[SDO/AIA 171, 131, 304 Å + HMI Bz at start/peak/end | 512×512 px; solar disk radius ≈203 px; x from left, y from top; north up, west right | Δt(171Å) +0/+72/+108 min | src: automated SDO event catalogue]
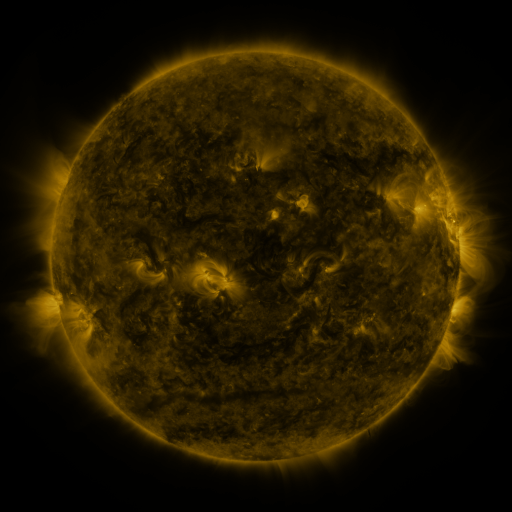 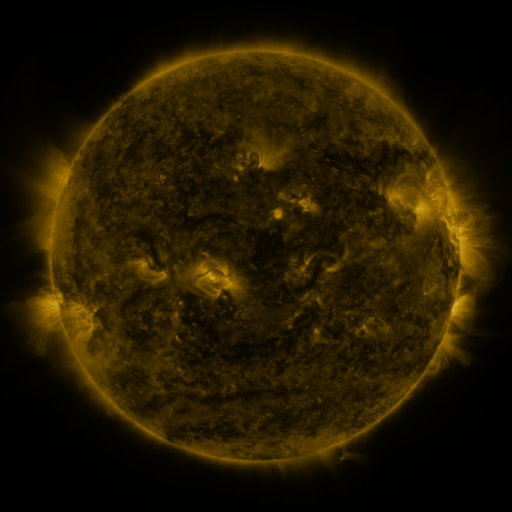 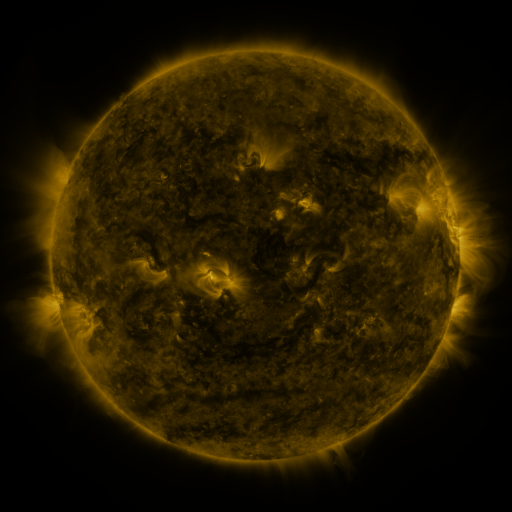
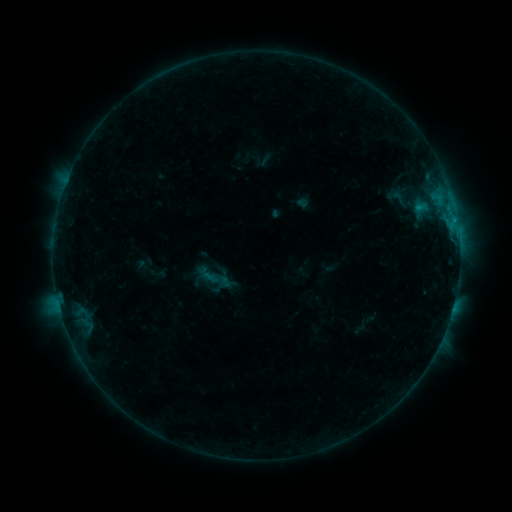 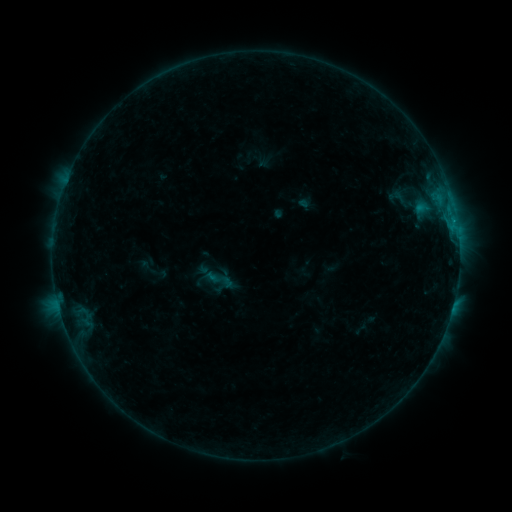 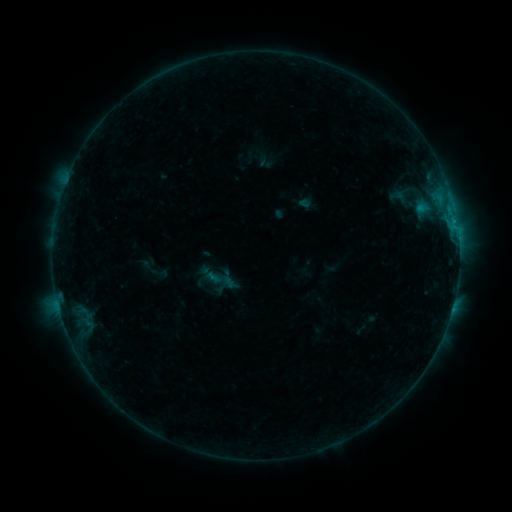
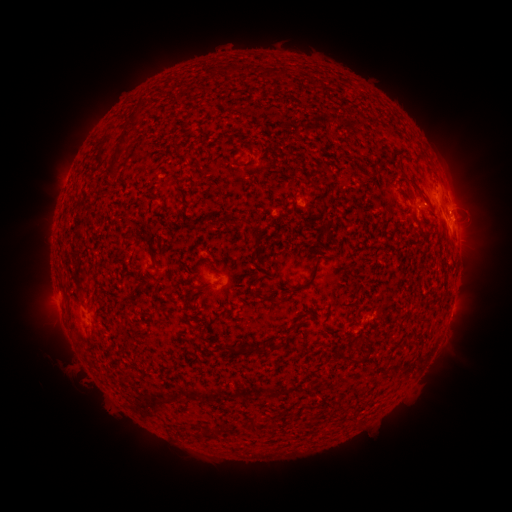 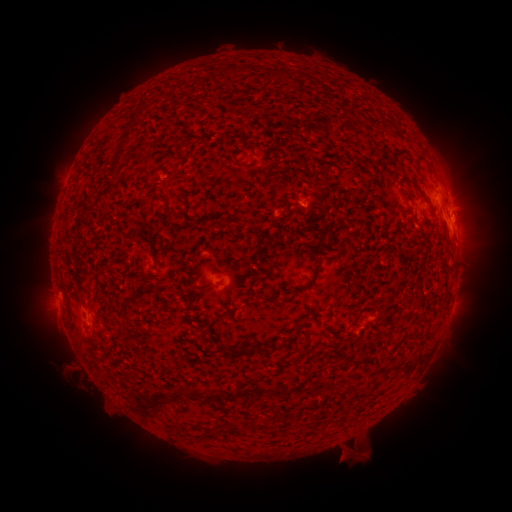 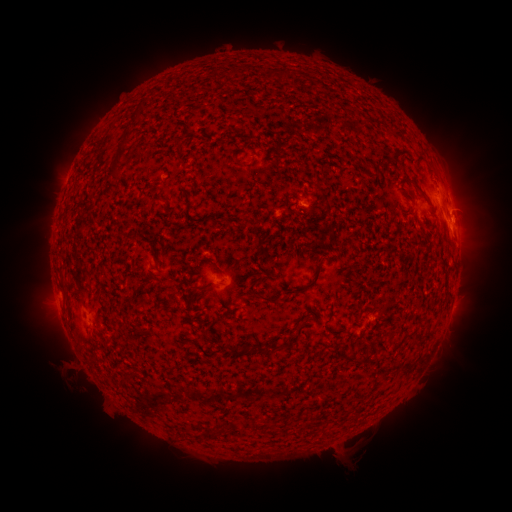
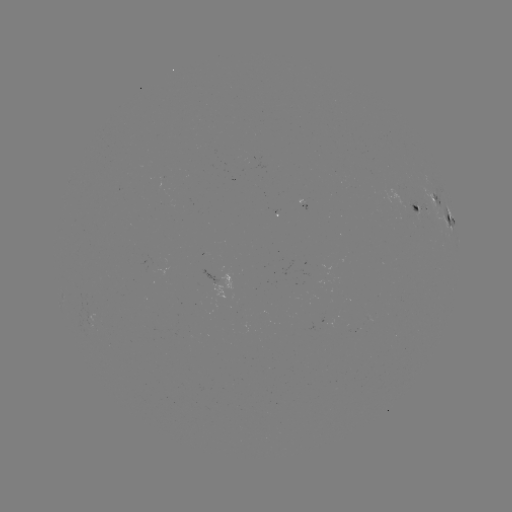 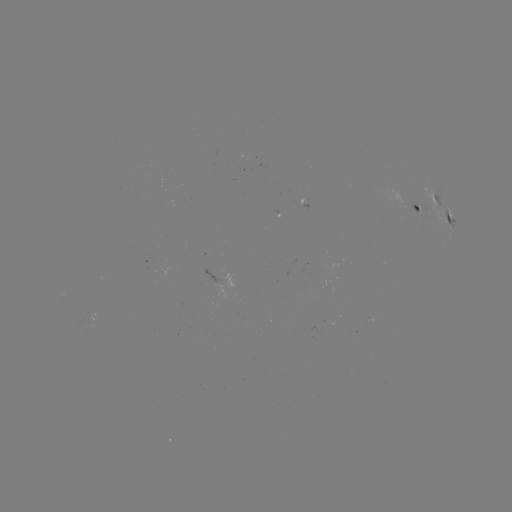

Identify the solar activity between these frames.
emerging-flux region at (421, 209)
